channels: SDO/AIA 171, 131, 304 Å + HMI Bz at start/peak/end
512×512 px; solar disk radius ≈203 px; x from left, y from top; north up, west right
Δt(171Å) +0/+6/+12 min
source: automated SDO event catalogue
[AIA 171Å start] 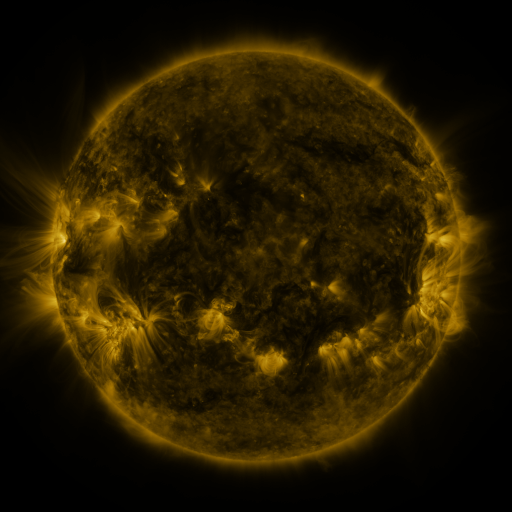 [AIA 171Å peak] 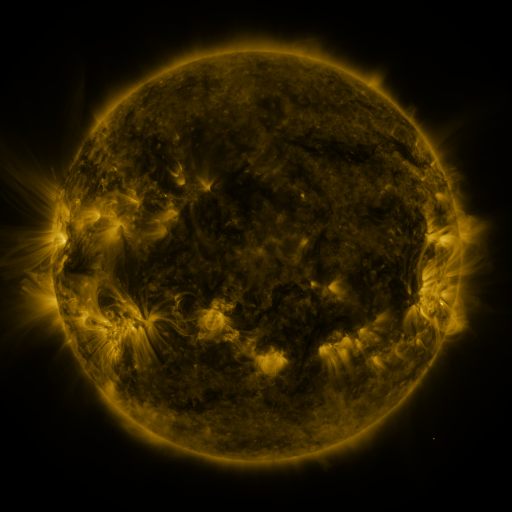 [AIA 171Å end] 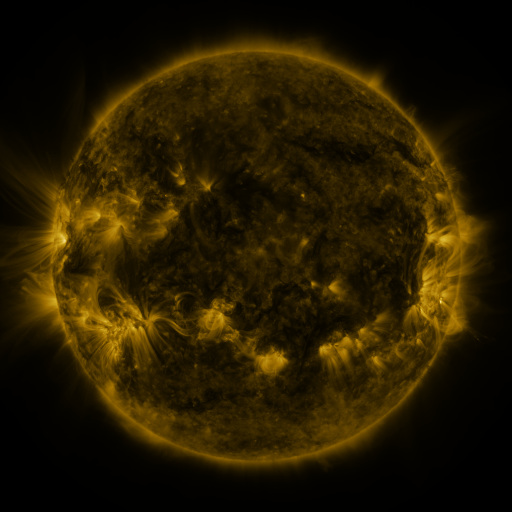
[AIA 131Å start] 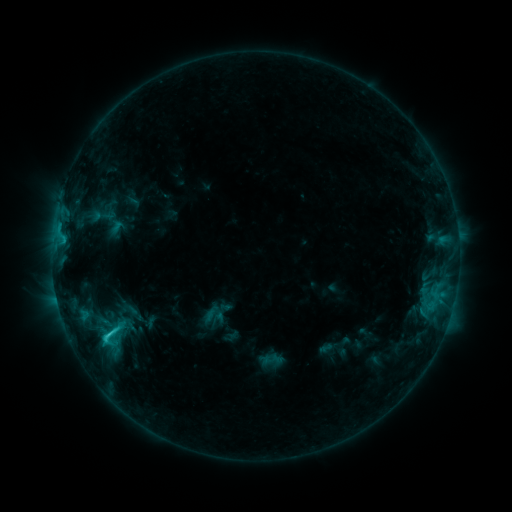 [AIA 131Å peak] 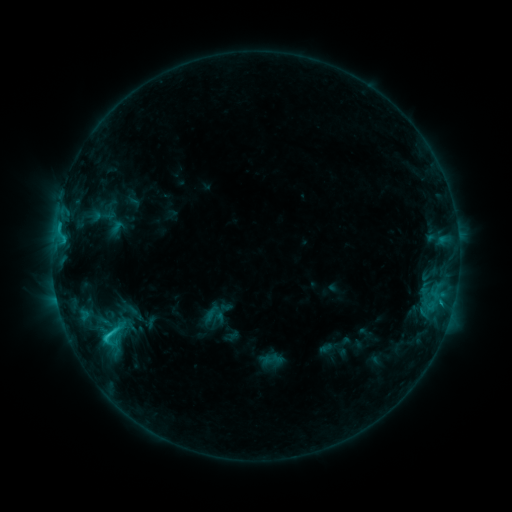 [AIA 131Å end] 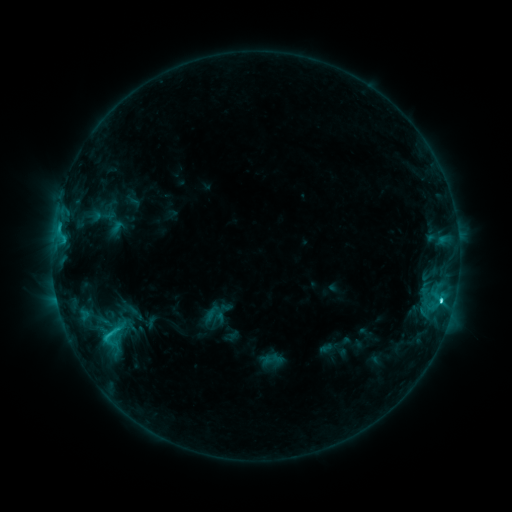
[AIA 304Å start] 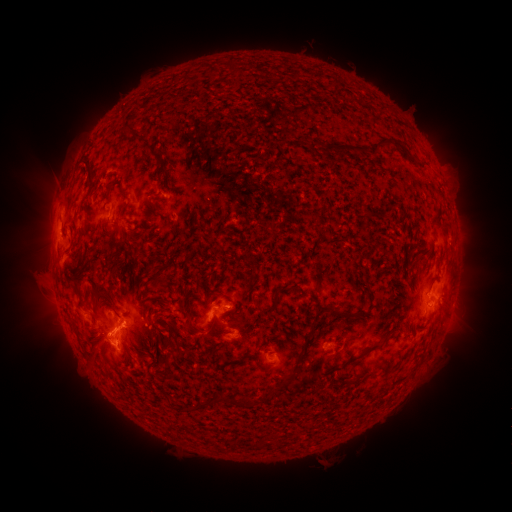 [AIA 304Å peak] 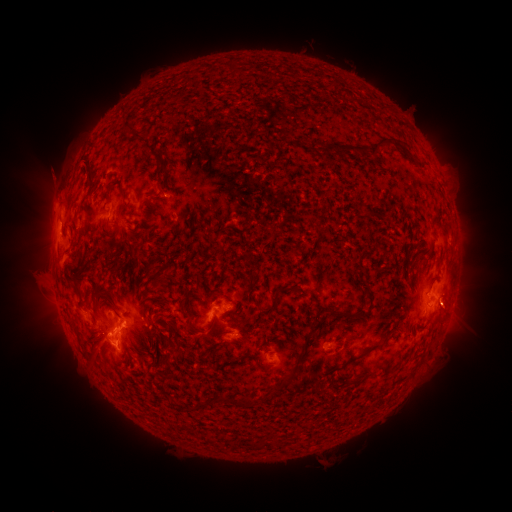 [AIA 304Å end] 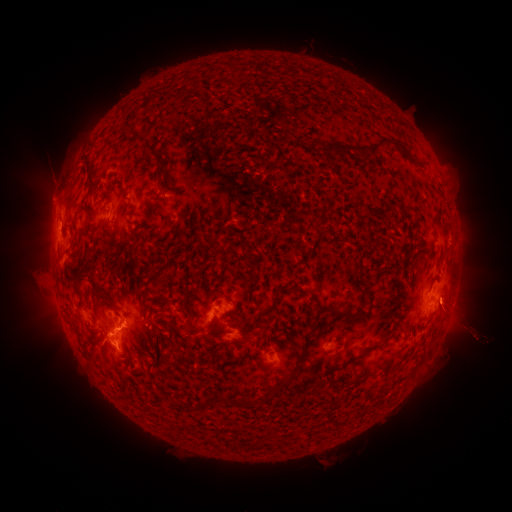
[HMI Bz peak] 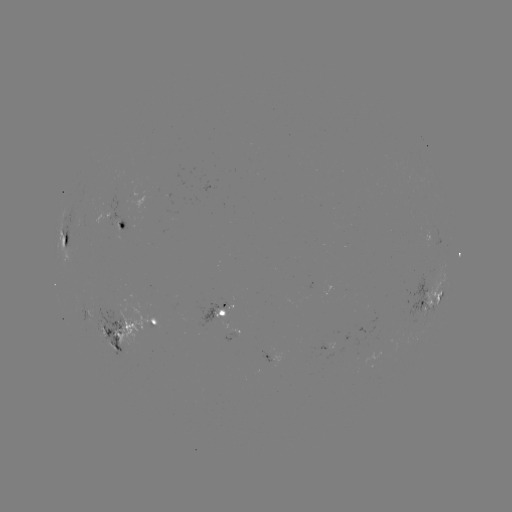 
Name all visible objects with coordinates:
eruption: (33, 311)
